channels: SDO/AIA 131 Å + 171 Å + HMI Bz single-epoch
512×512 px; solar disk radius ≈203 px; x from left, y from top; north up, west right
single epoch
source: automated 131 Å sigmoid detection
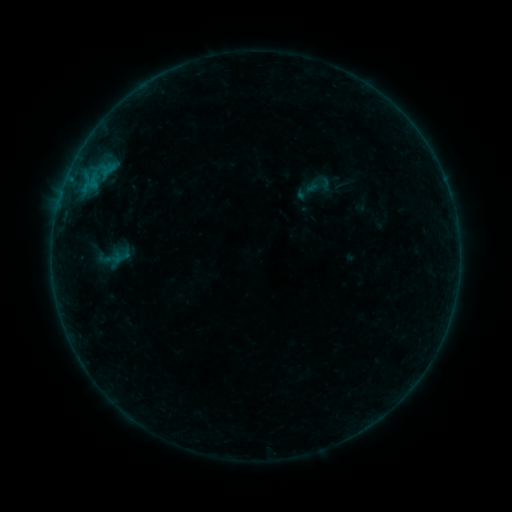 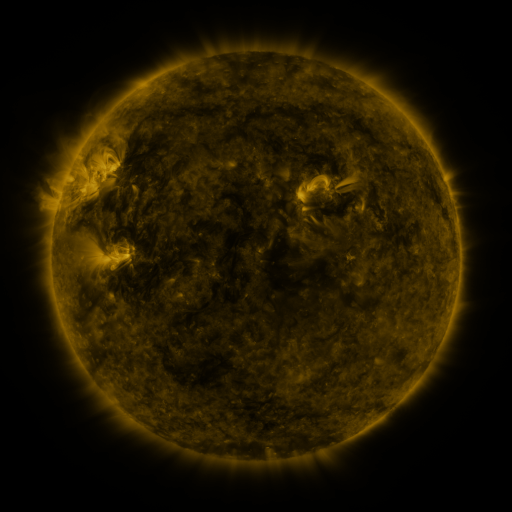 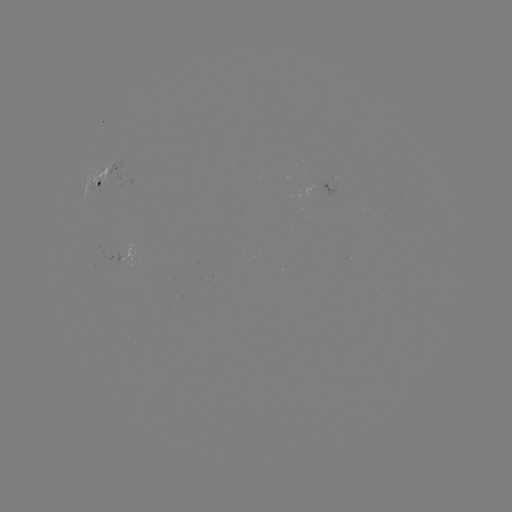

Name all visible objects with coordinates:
sigmoid: (303, 171, 335, 201)
